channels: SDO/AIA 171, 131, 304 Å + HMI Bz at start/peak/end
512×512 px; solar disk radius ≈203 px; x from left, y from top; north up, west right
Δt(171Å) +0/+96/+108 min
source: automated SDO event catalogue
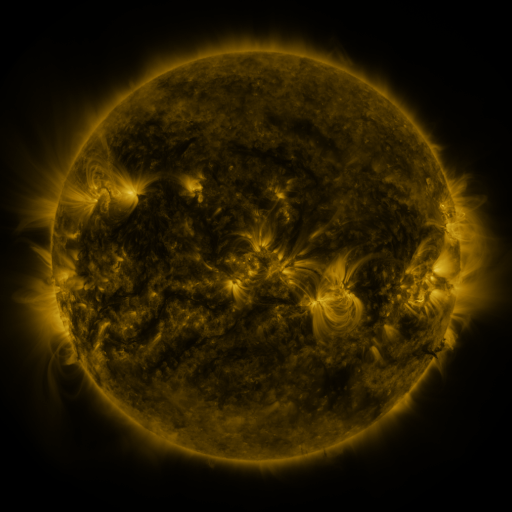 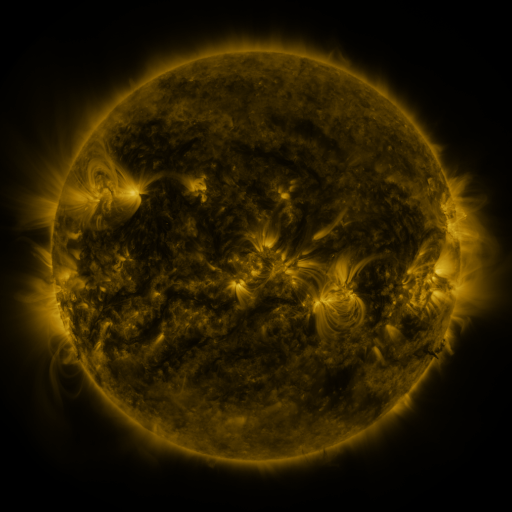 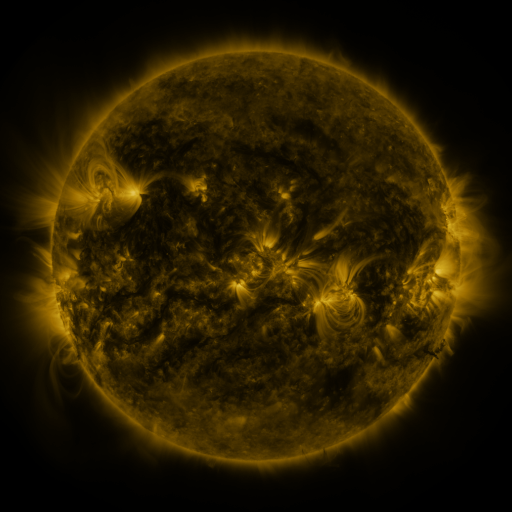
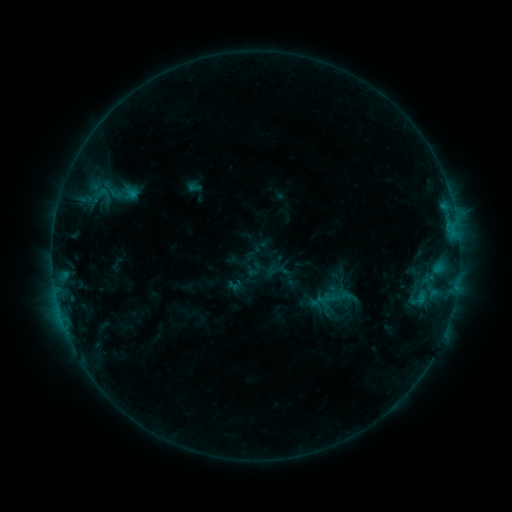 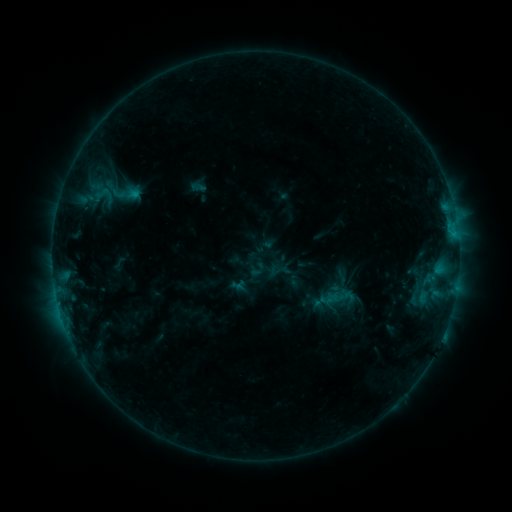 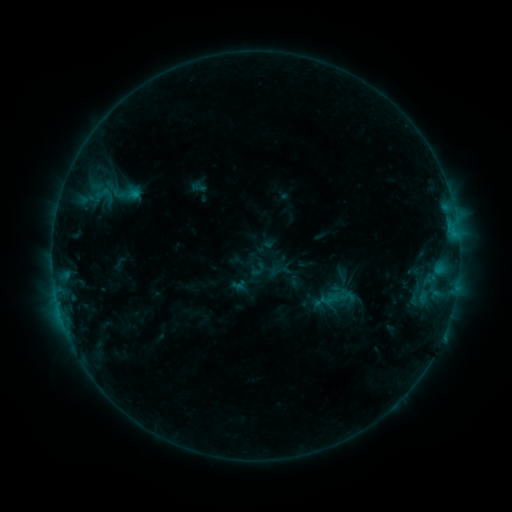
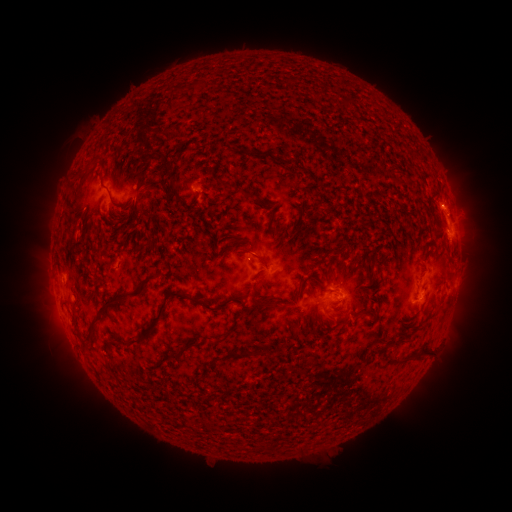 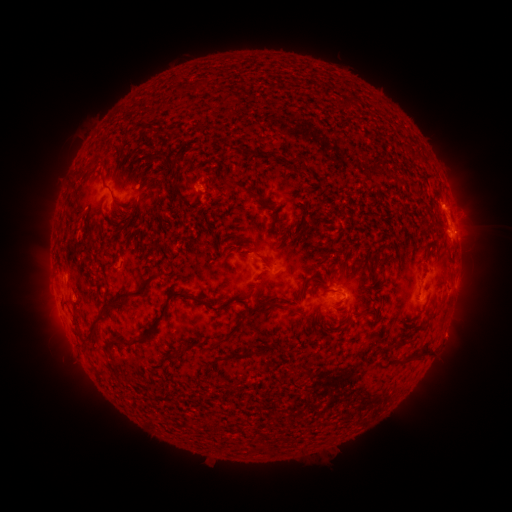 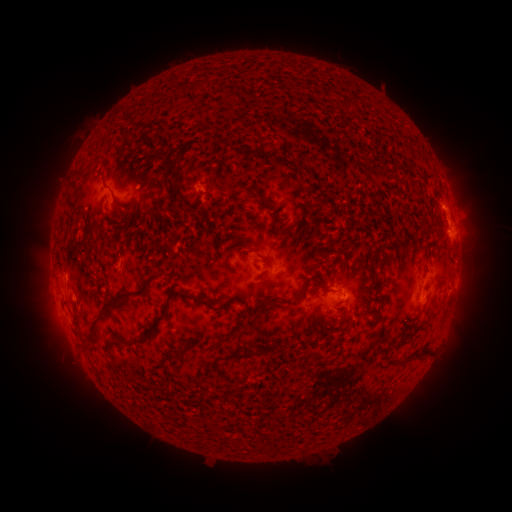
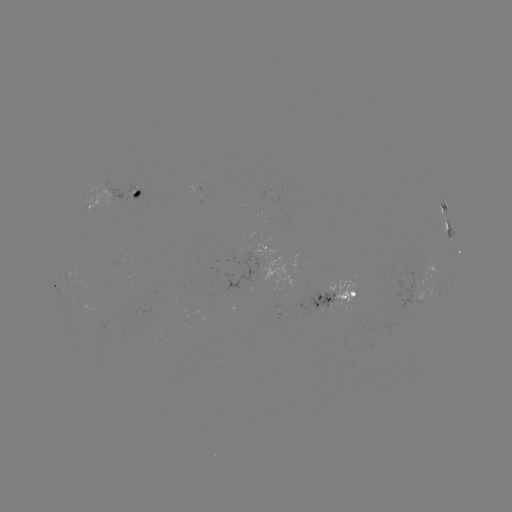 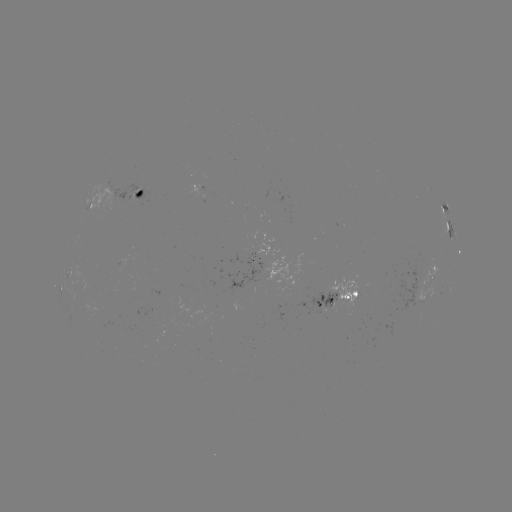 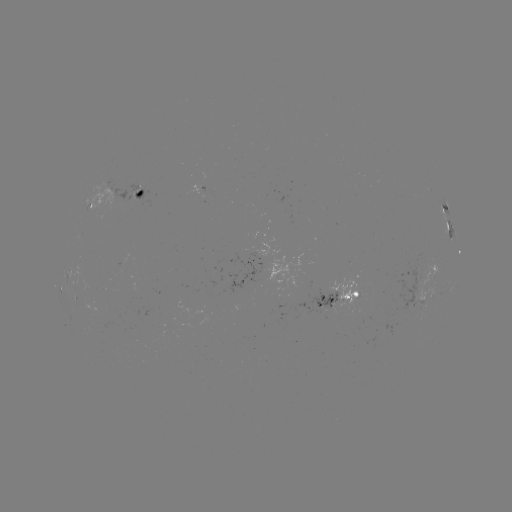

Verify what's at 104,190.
emerging-flux region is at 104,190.